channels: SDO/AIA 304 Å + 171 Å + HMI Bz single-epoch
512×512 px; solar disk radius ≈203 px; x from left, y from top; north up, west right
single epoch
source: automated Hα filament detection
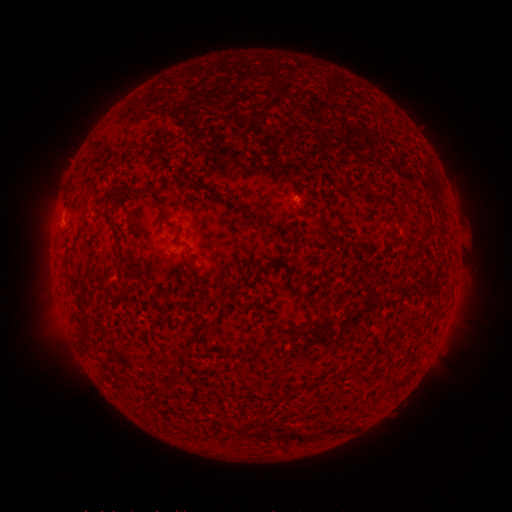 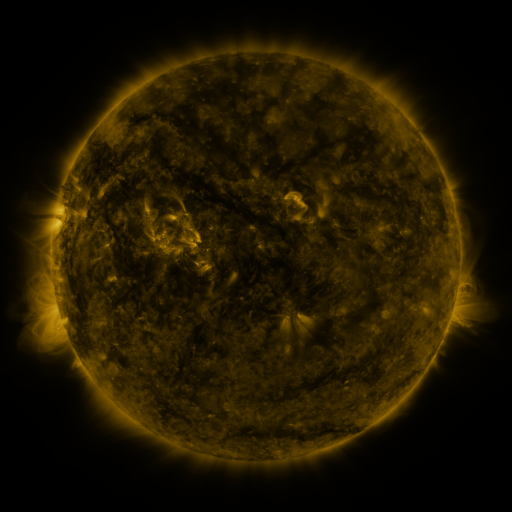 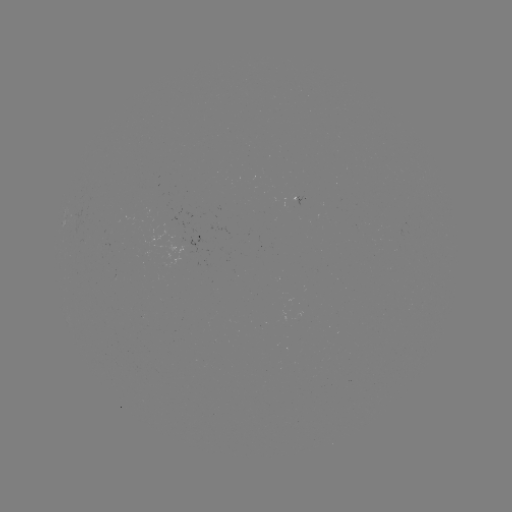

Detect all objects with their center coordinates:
filament: <bbox>91, 142, 102, 149</bbox>
filament: <bbox>215, 192, 229, 199</bbox>
filament: <bbox>407, 197, 419, 205</bbox>
filament: <bbox>251, 204, 265, 215</bbox>
filament: <bbox>80, 322, 92, 338</bbox>
filament: <bbox>327, 425, 349, 434</bbox>
filament: <bbox>296, 430, 320, 442</bbox>
